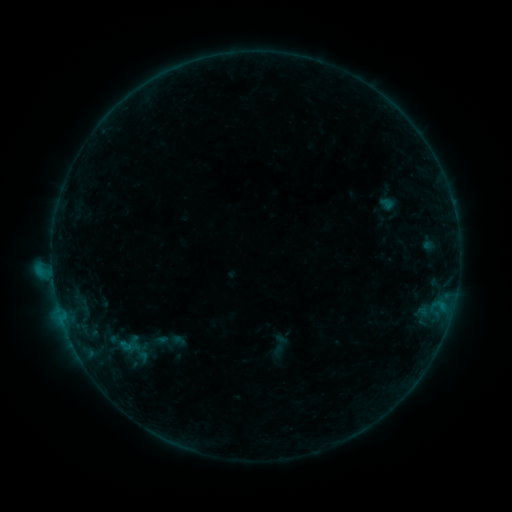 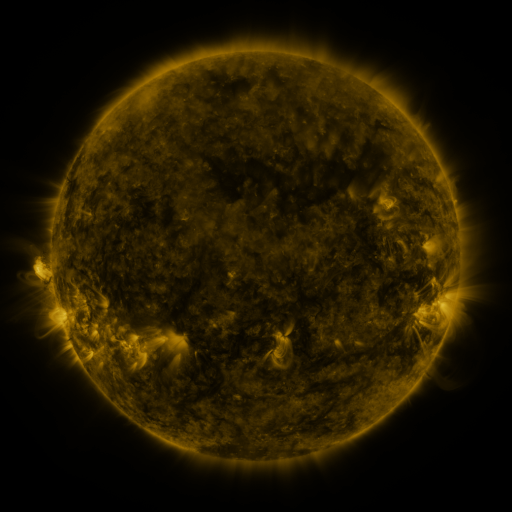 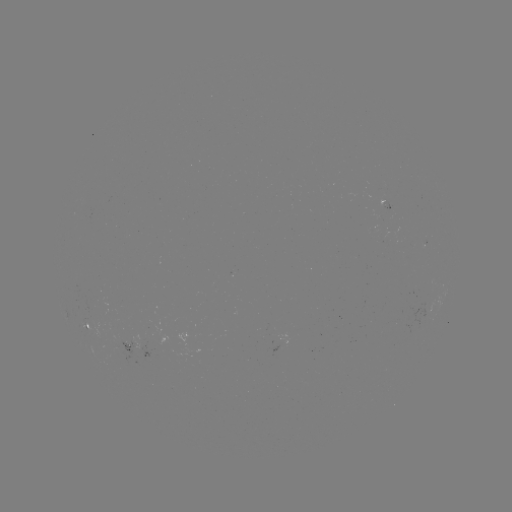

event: sigmoid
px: (279, 346)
